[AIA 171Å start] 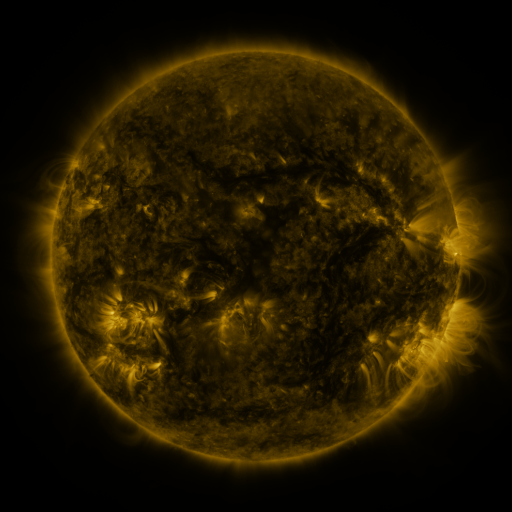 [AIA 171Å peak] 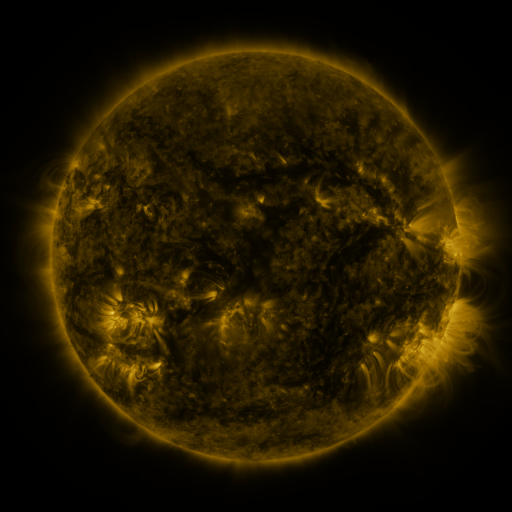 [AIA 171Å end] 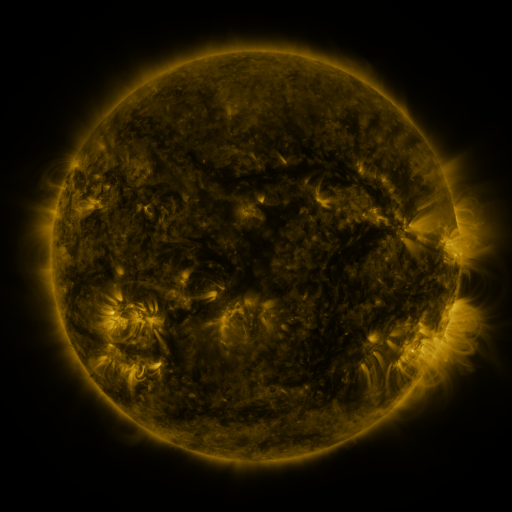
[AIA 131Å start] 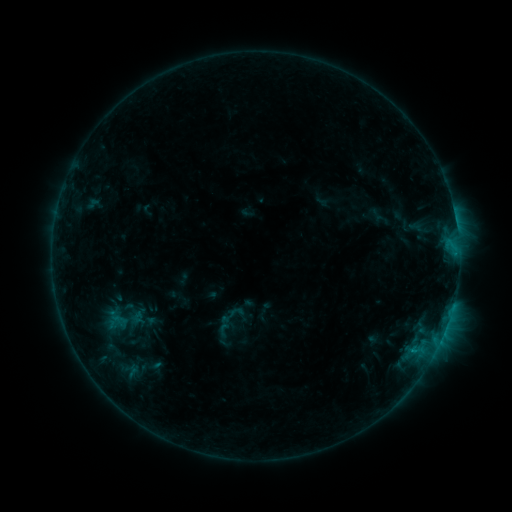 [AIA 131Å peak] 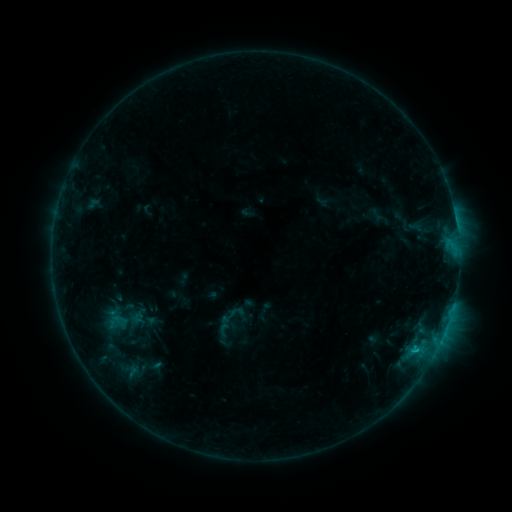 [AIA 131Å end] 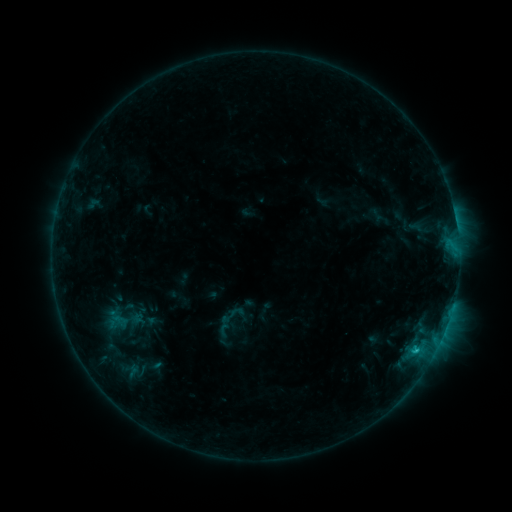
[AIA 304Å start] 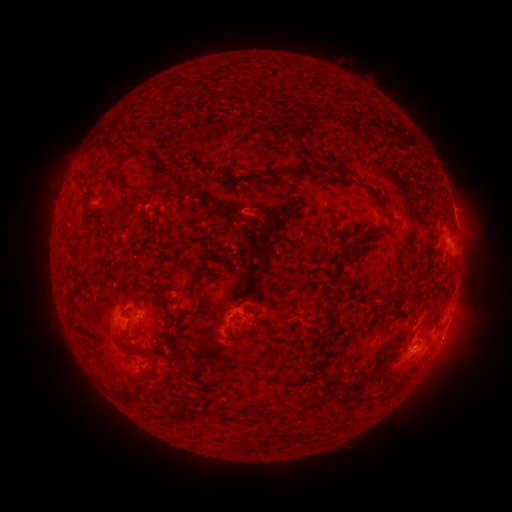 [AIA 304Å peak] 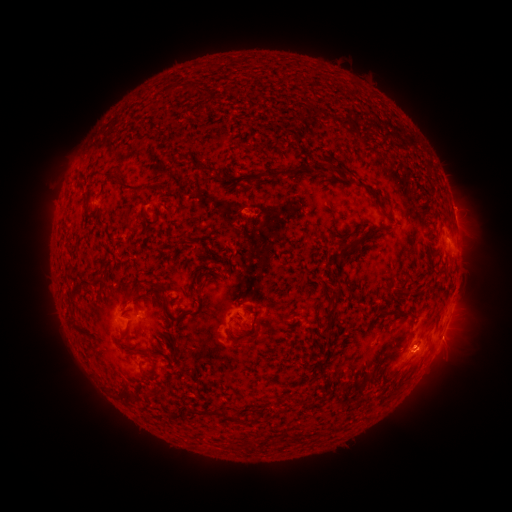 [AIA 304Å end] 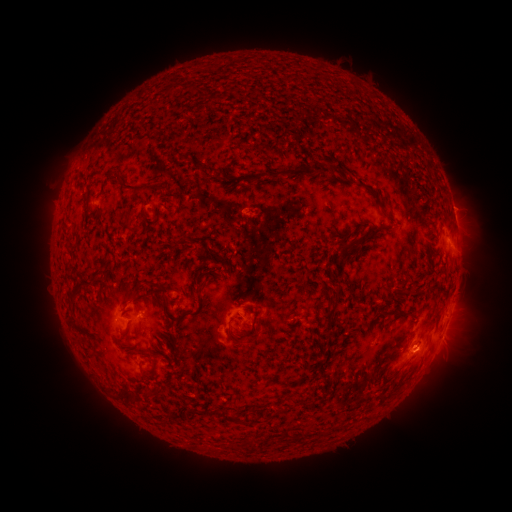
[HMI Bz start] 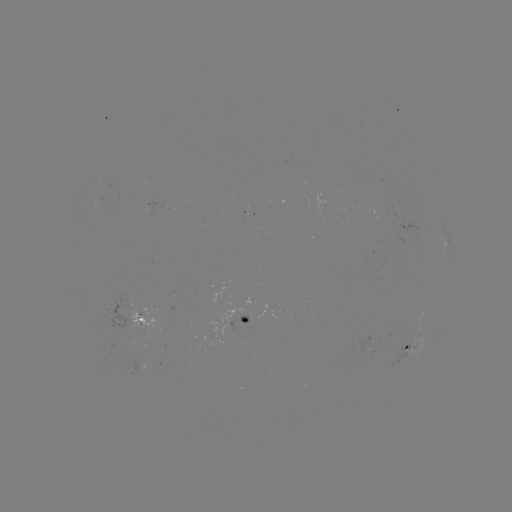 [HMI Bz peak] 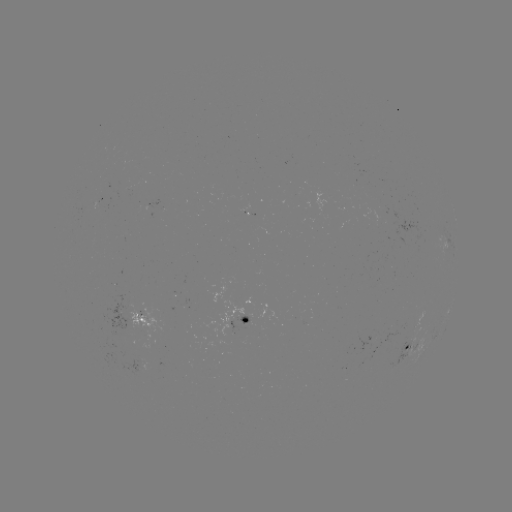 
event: flare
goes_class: C1.0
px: (416, 348)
